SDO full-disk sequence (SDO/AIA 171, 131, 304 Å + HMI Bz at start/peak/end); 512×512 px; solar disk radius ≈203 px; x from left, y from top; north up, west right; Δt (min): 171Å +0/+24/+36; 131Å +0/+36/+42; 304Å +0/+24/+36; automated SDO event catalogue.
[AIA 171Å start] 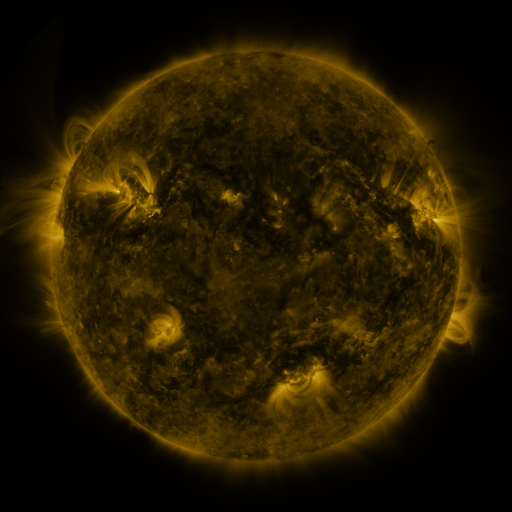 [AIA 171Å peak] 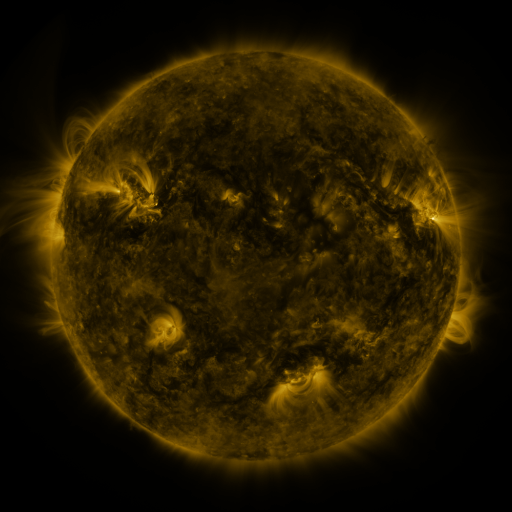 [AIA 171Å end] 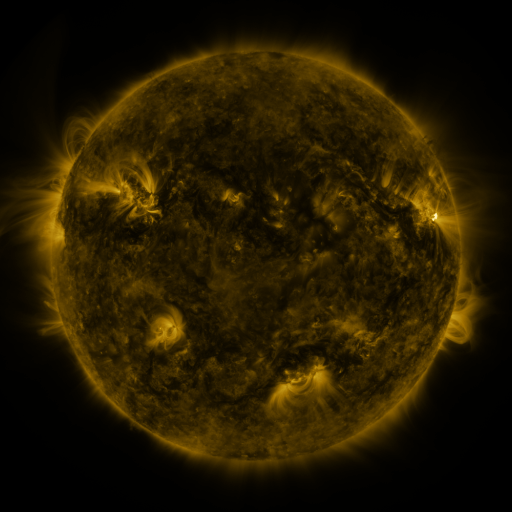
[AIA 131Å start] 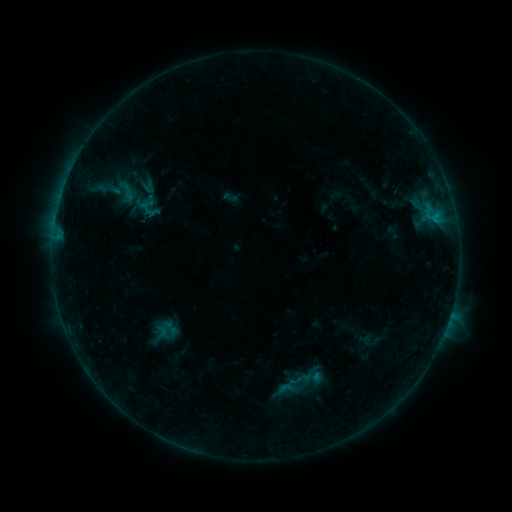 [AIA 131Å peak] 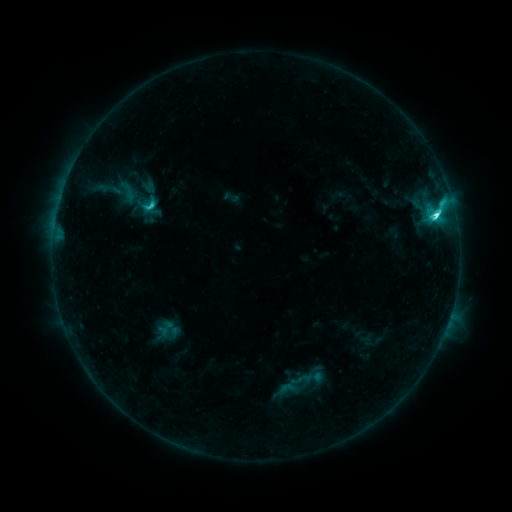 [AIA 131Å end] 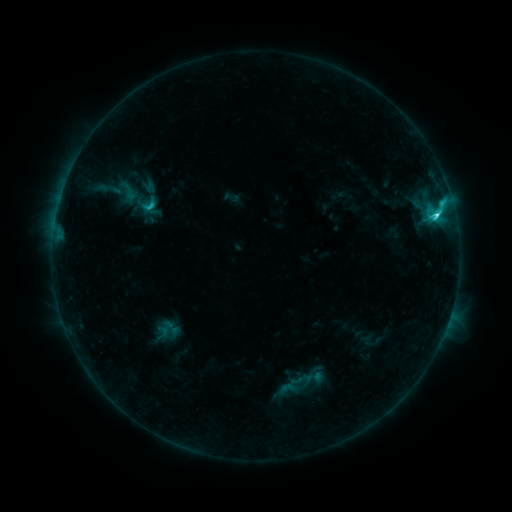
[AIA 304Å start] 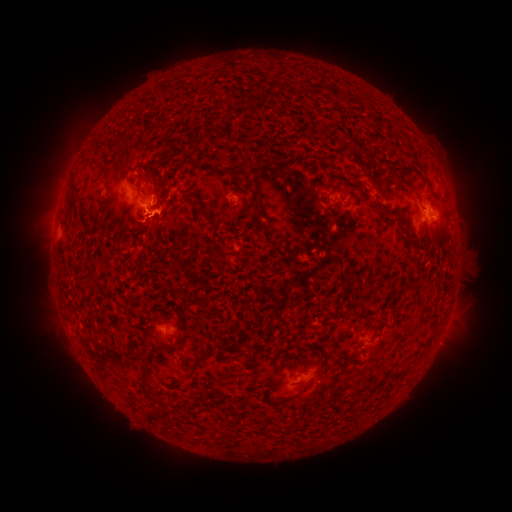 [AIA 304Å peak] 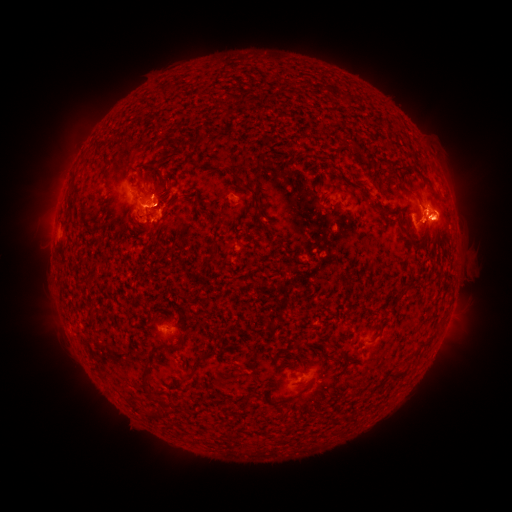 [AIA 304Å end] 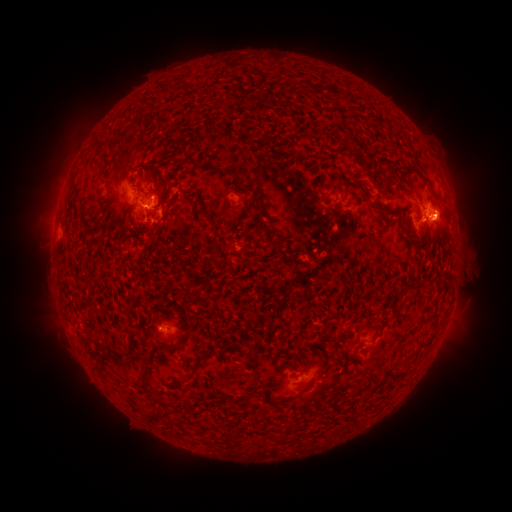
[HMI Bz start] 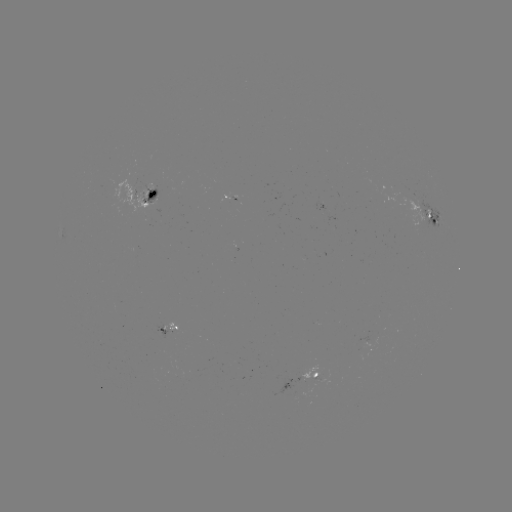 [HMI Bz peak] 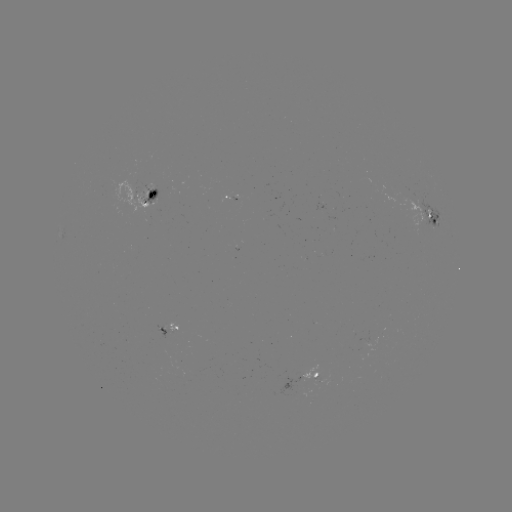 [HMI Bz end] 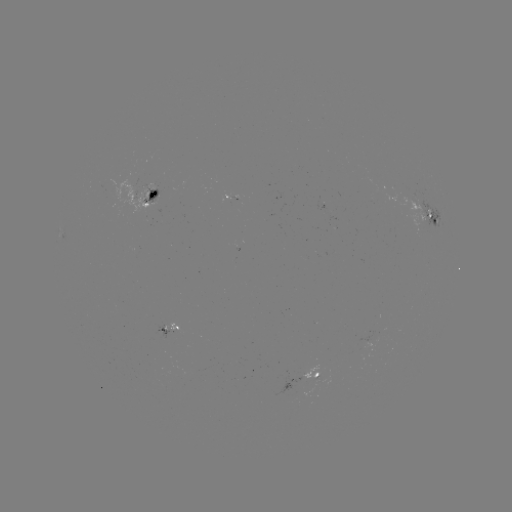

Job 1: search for M1.1 flare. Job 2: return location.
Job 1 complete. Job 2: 433,218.